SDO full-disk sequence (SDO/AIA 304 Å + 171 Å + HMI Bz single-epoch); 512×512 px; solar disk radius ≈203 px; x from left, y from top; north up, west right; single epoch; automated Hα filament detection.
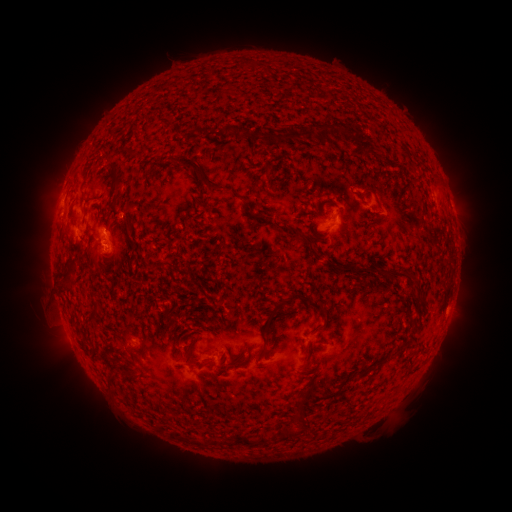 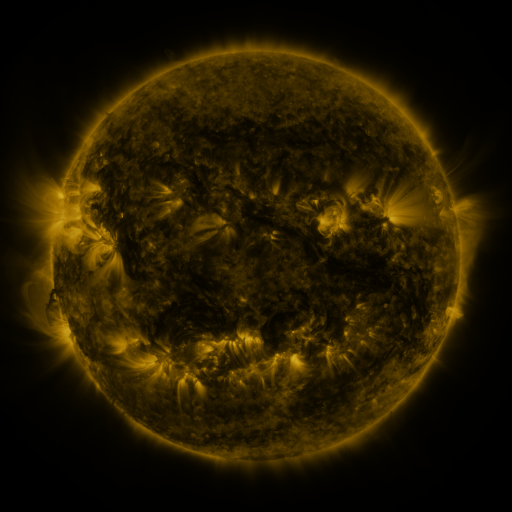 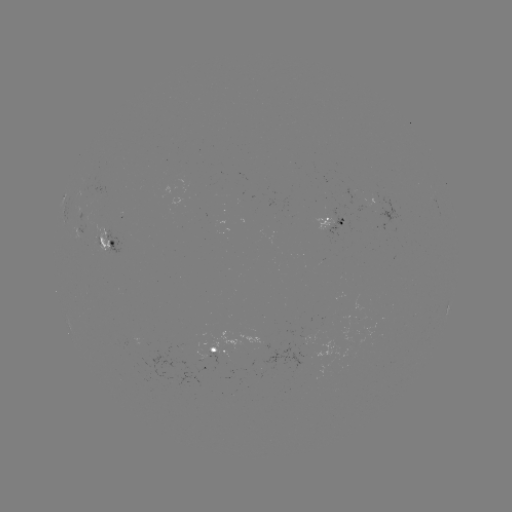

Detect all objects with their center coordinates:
filament: [334, 122, 350, 135]
filament: [219, 125, 233, 136]
filament: [196, 126, 208, 136]
filament: [238, 128, 326, 146]
filament: [122, 147, 136, 159]
filament: [105, 156, 124, 190]
filament: [166, 157, 225, 193]
filament: [253, 211, 311, 244]
filament: [125, 219, 132, 232]
filament: [326, 257, 358, 270]
filament: [148, 260, 170, 273]
filament: [377, 268, 411, 277]
filament: [62, 271, 73, 283]
filament: [264, 292, 329, 331]
filament: [87, 312, 98, 325]
filament: [124, 327, 134, 336]
filament: [396, 342, 407, 354]
filament: [226, 349, 233, 359]
filament: [374, 353, 392, 366]
filament: [296, 382, 316, 409]
filament: [294, 409, 309, 422]
filament: [234, 424, 300, 446]
filament: [211, 438, 224, 447]
